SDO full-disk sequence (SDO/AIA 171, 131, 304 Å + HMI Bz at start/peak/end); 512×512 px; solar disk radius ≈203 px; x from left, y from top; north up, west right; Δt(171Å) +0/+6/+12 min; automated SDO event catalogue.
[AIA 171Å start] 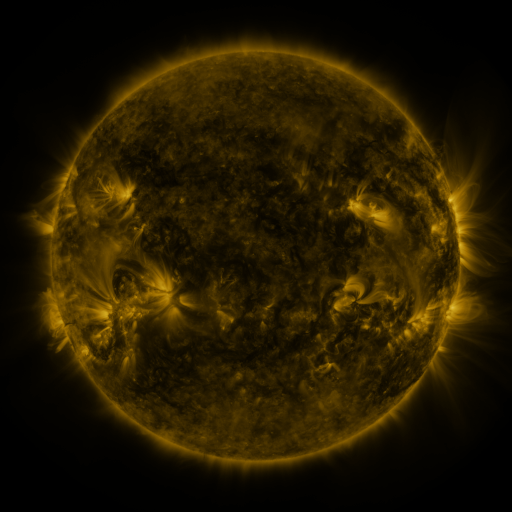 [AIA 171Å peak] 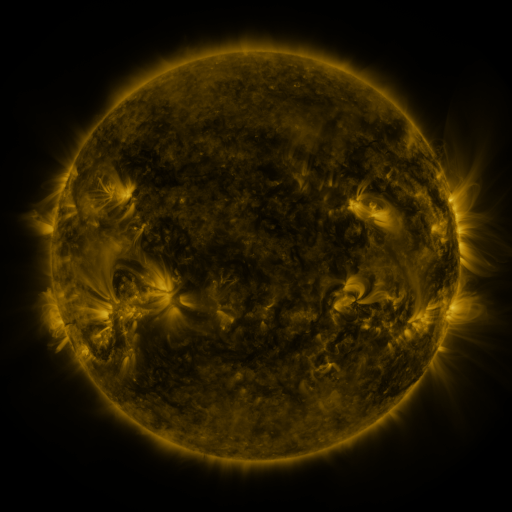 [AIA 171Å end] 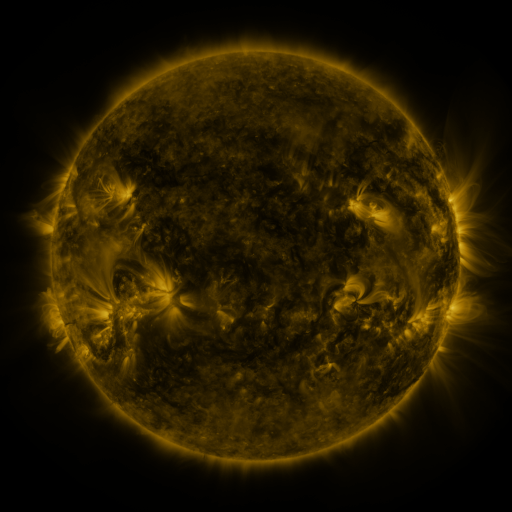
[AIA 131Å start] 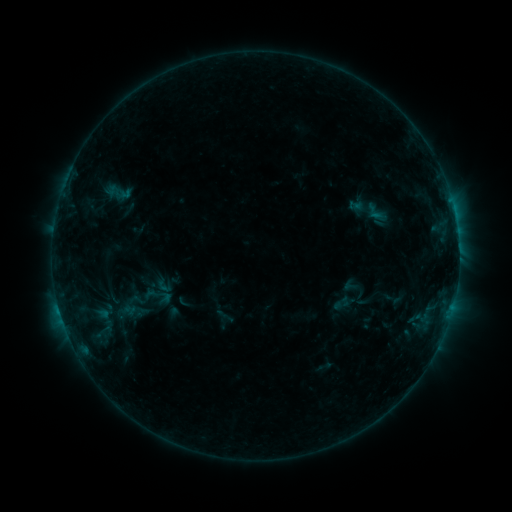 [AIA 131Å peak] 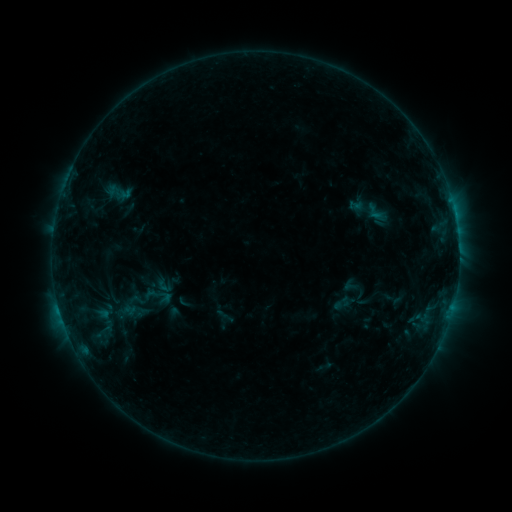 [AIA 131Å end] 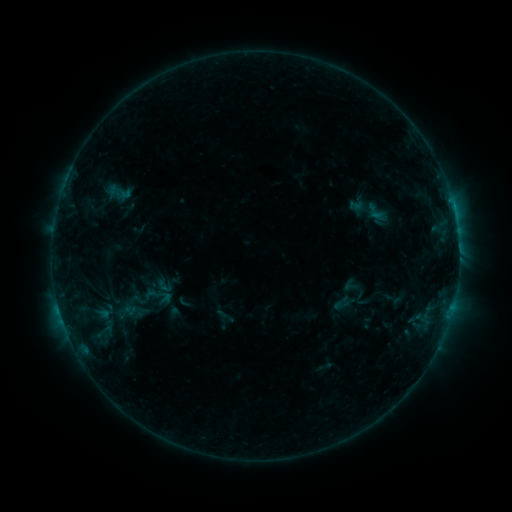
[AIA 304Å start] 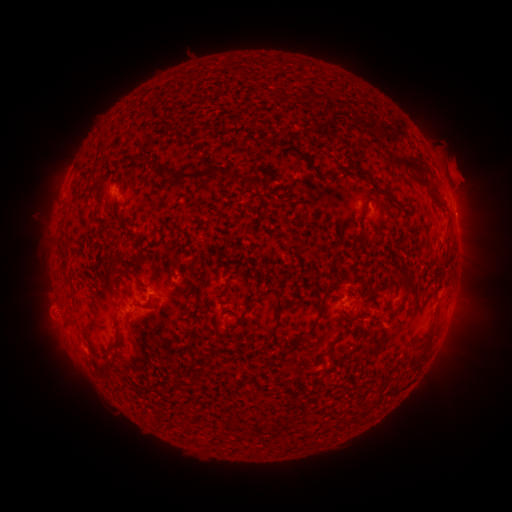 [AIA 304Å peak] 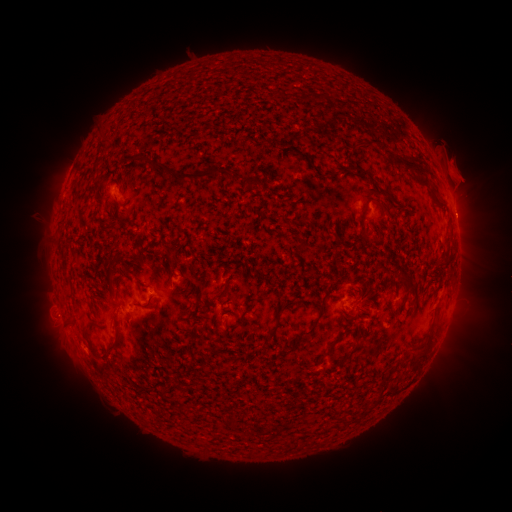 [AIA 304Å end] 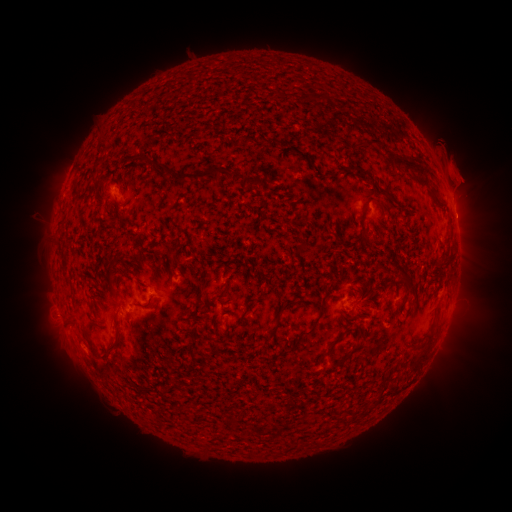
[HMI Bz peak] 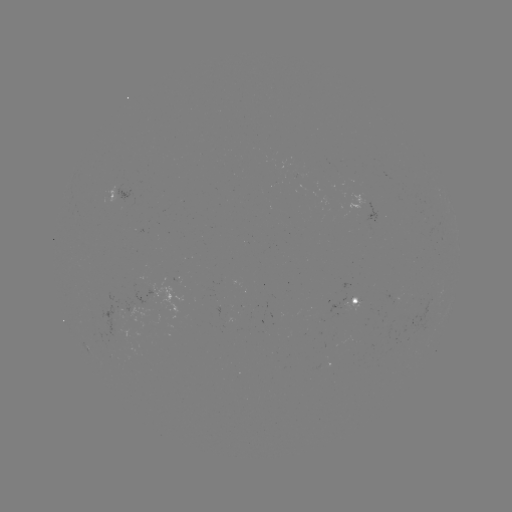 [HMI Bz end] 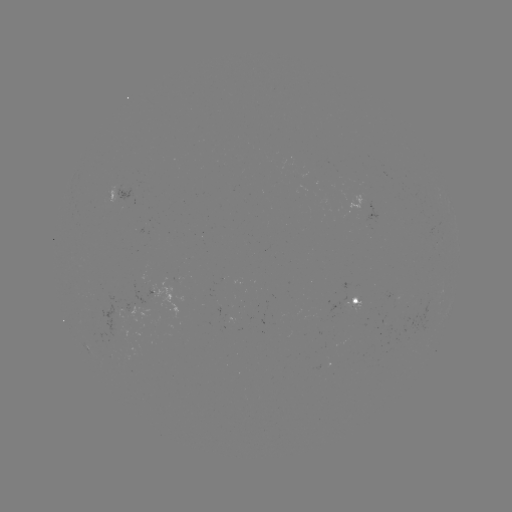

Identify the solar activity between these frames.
eruption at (466, 216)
